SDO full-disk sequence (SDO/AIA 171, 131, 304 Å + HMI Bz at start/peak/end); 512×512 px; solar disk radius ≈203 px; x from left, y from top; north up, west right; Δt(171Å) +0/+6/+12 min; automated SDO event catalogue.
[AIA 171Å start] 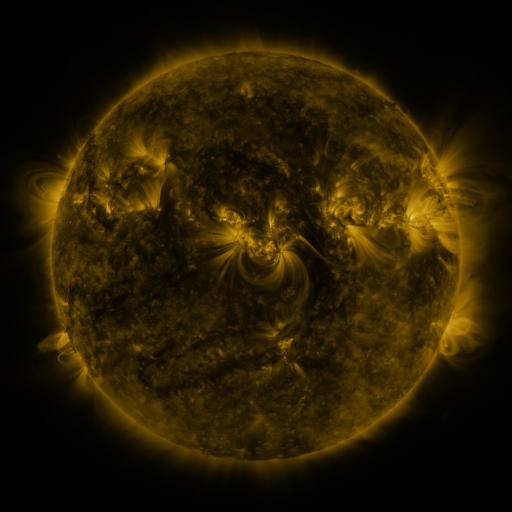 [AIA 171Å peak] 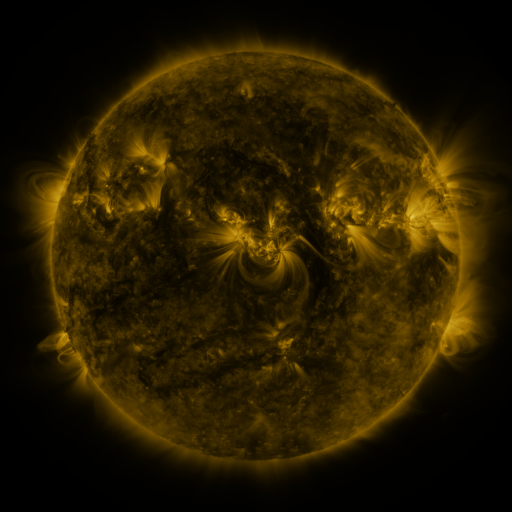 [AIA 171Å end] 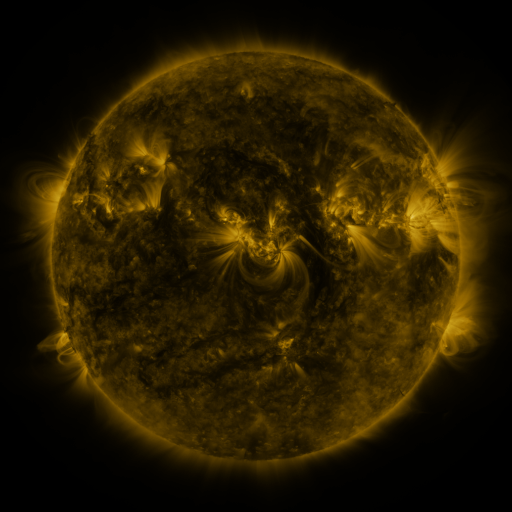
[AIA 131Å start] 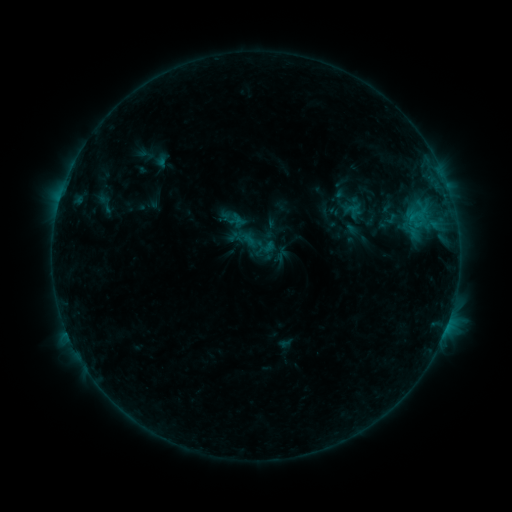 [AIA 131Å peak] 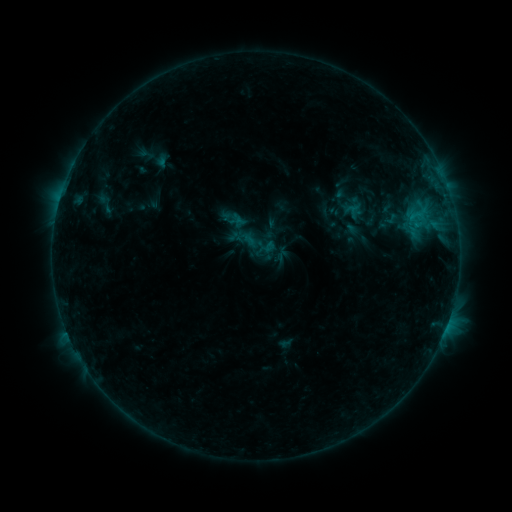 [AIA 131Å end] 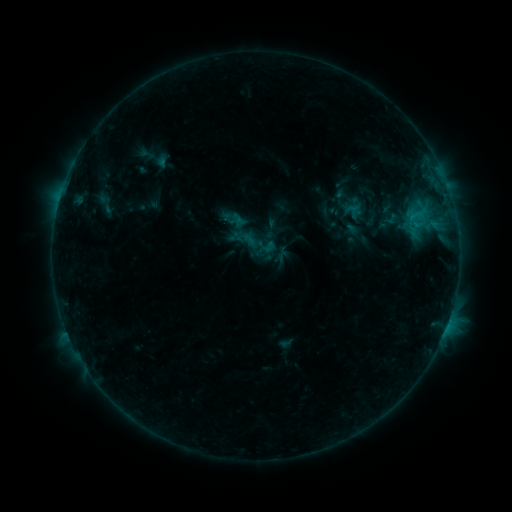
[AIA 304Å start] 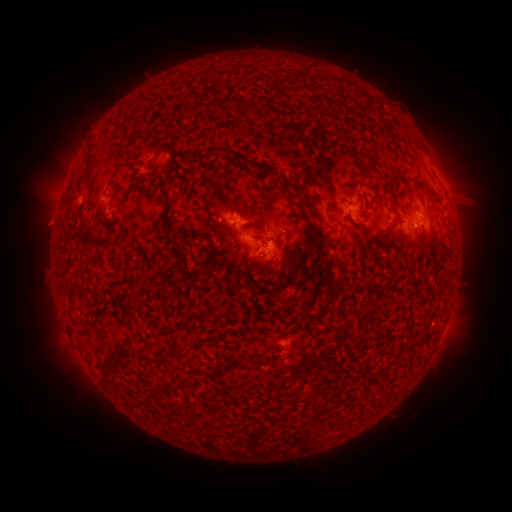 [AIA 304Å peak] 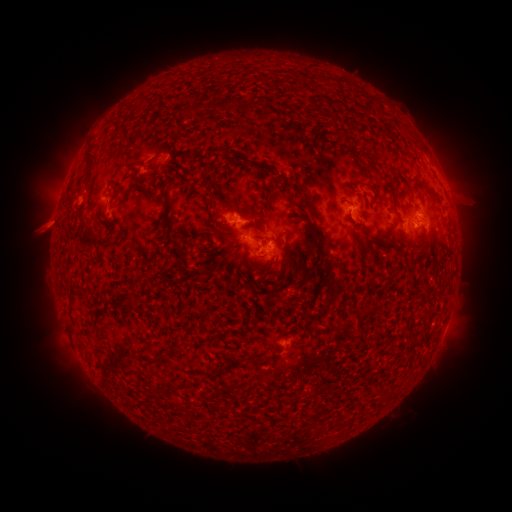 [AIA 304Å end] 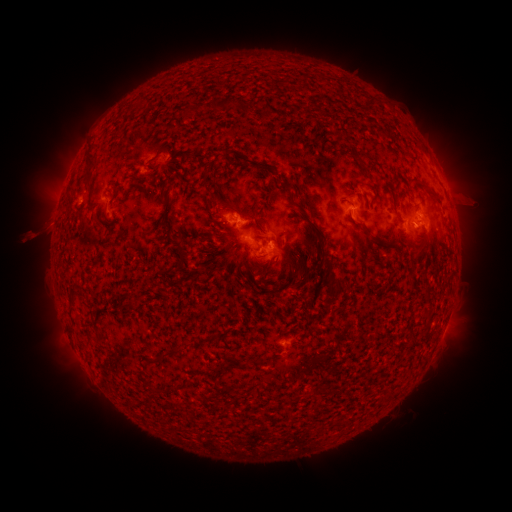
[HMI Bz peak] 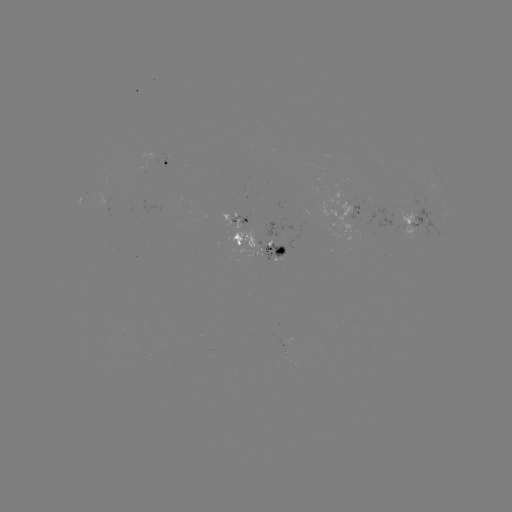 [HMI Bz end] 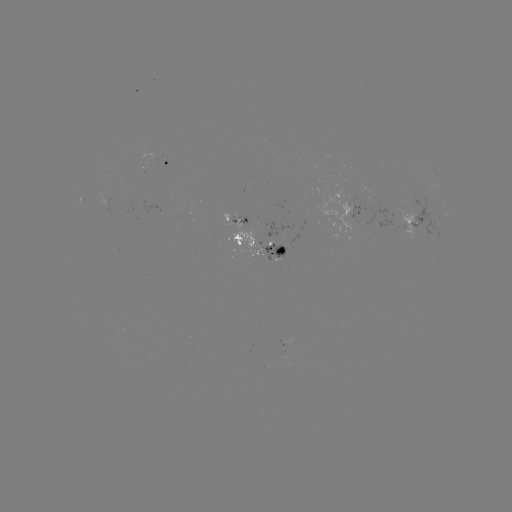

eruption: (16, 200, 73, 254)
